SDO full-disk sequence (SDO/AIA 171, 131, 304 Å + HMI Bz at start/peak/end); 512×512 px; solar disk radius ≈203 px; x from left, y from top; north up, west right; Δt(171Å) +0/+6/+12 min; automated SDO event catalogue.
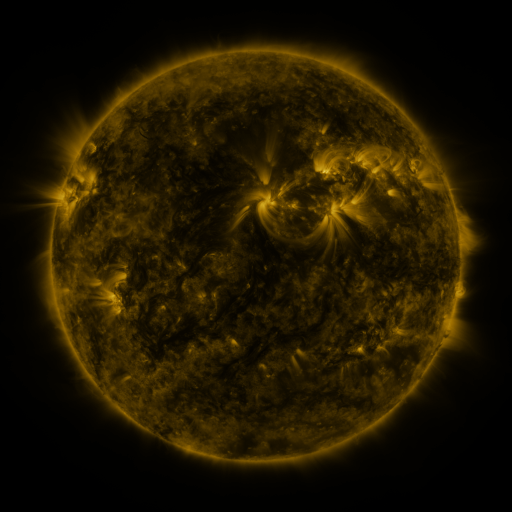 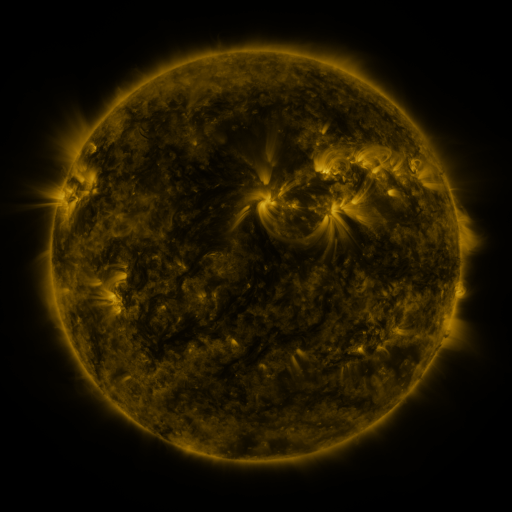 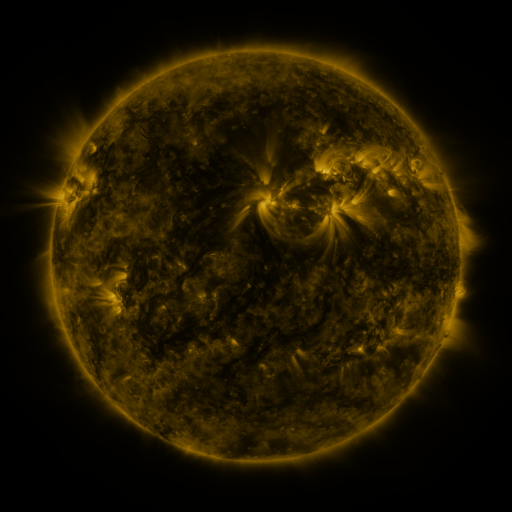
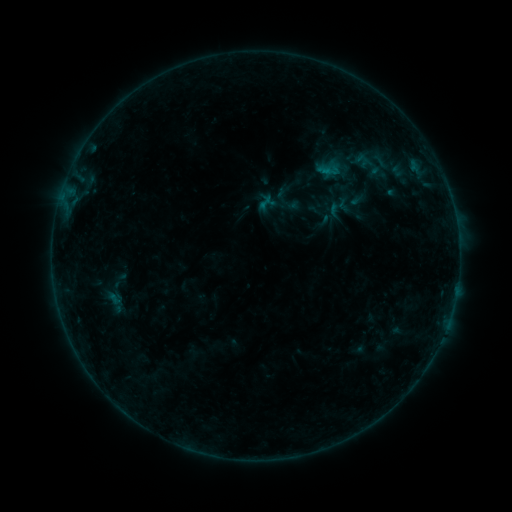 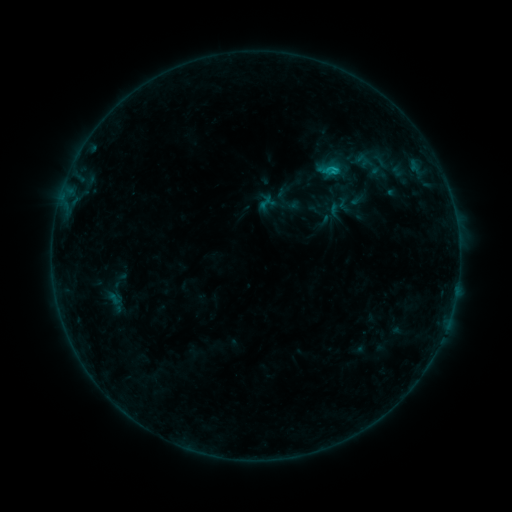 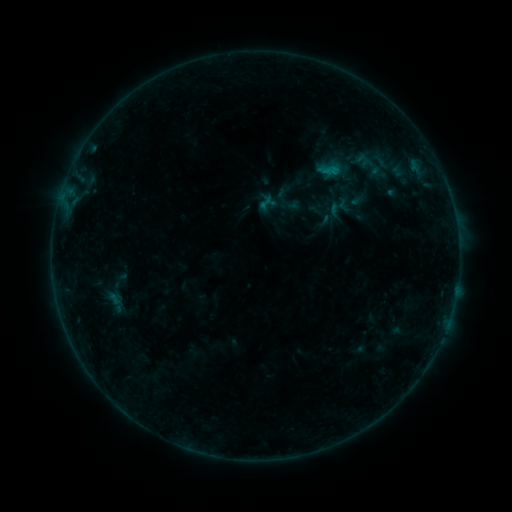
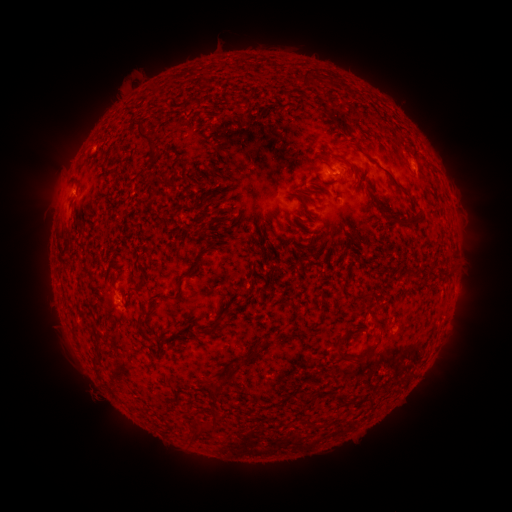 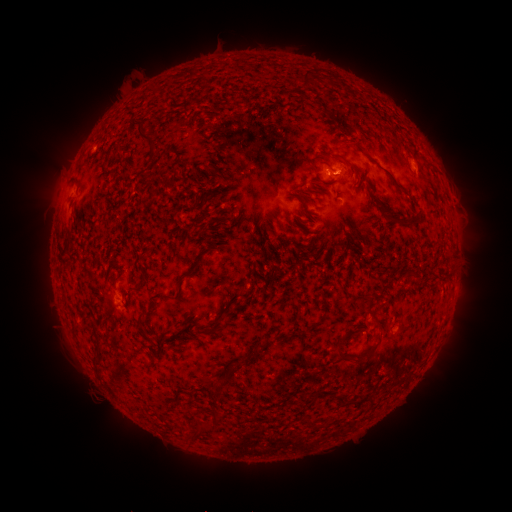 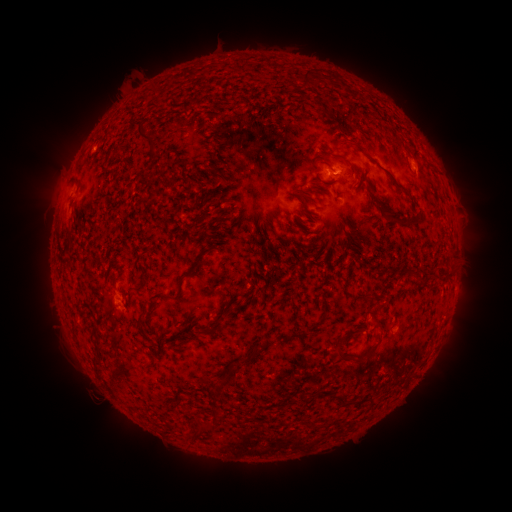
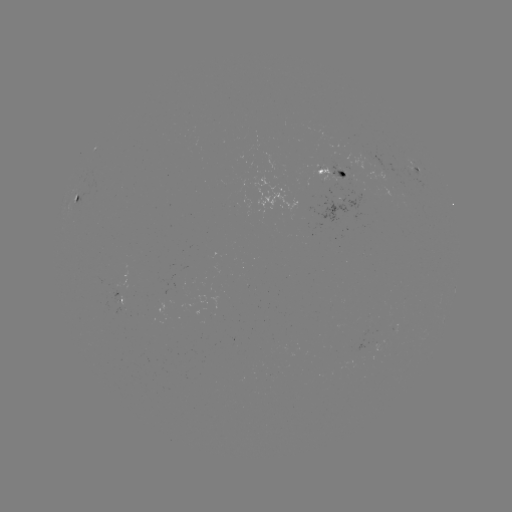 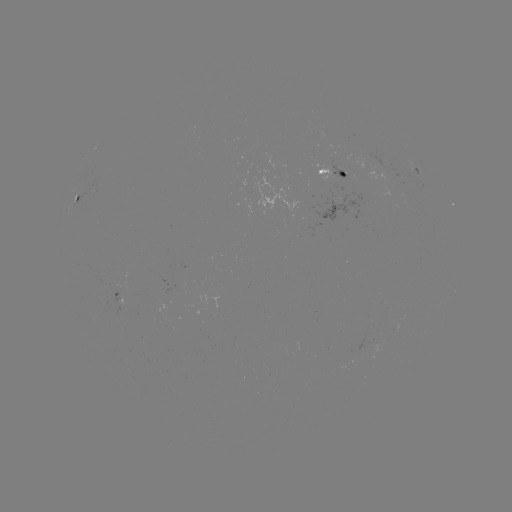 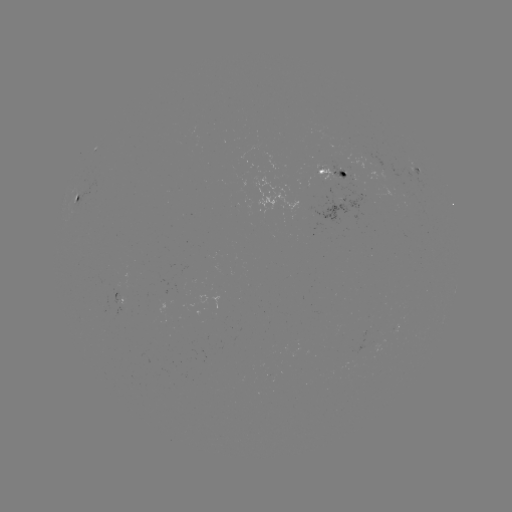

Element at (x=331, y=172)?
B5.8 flare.